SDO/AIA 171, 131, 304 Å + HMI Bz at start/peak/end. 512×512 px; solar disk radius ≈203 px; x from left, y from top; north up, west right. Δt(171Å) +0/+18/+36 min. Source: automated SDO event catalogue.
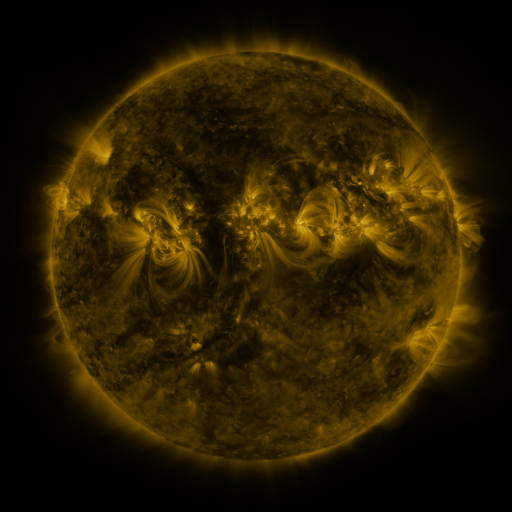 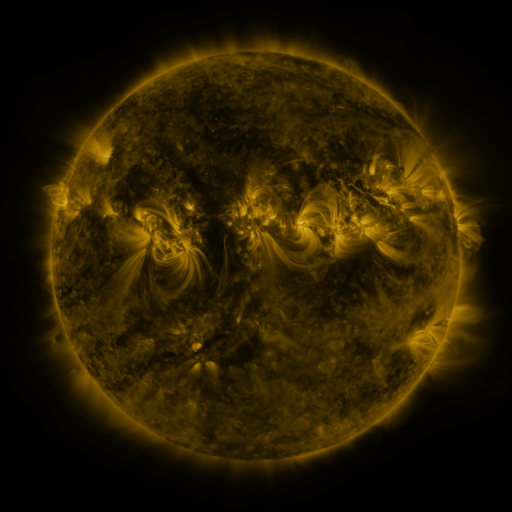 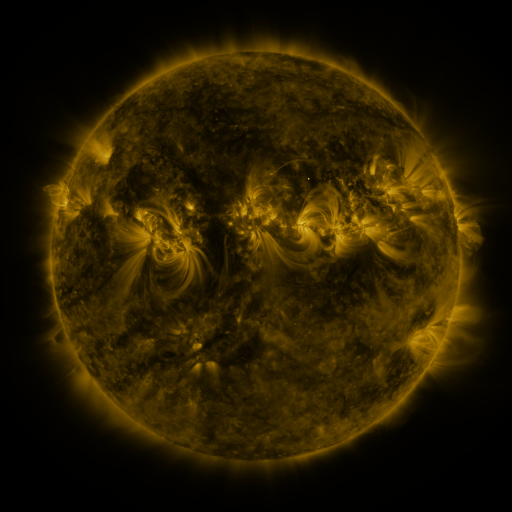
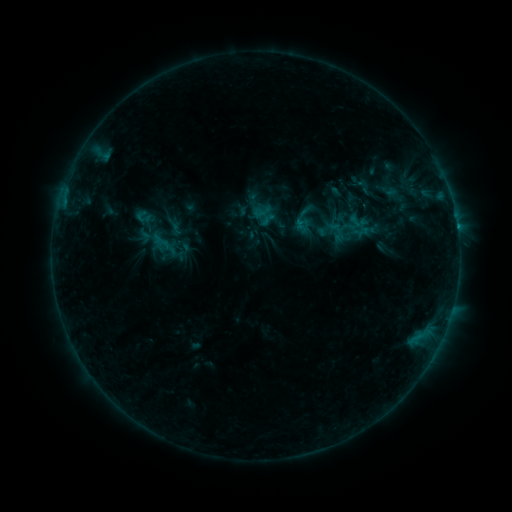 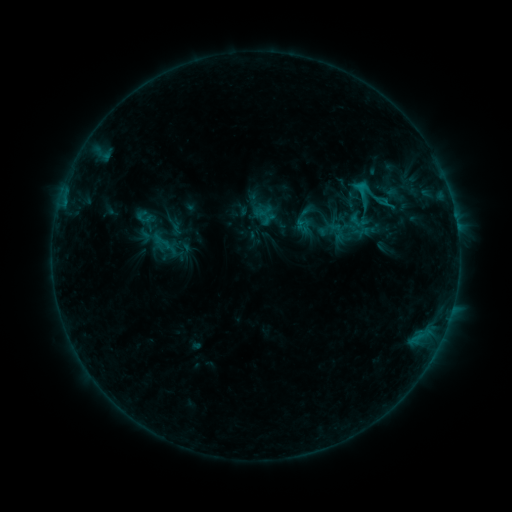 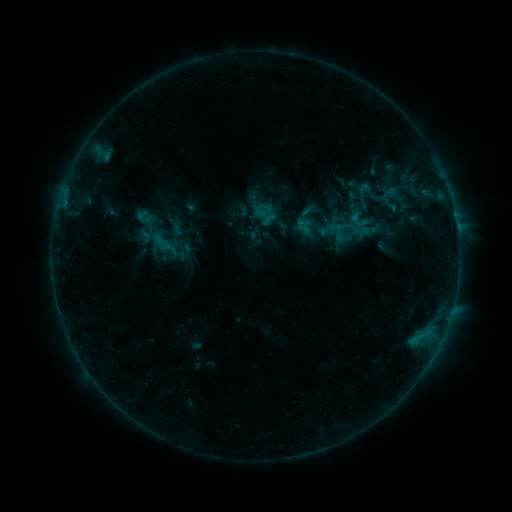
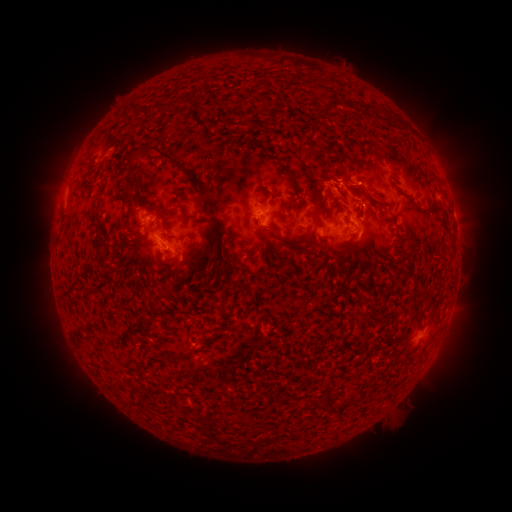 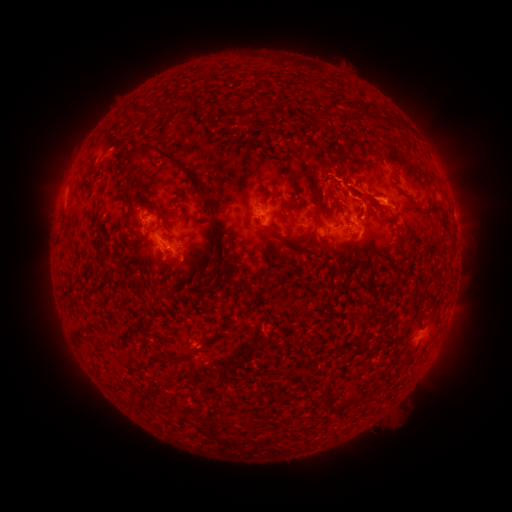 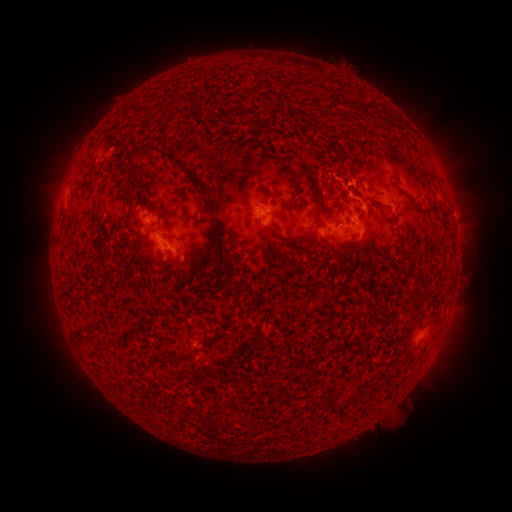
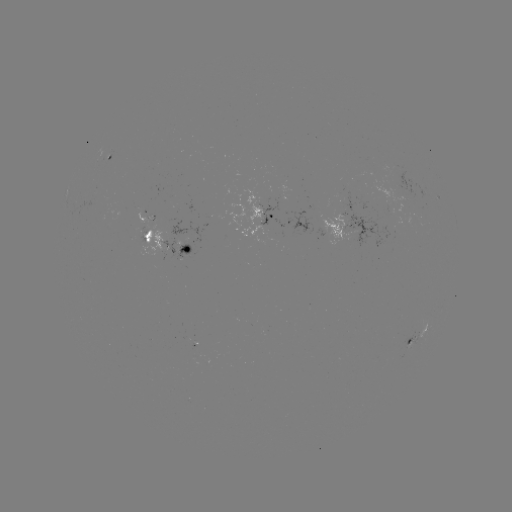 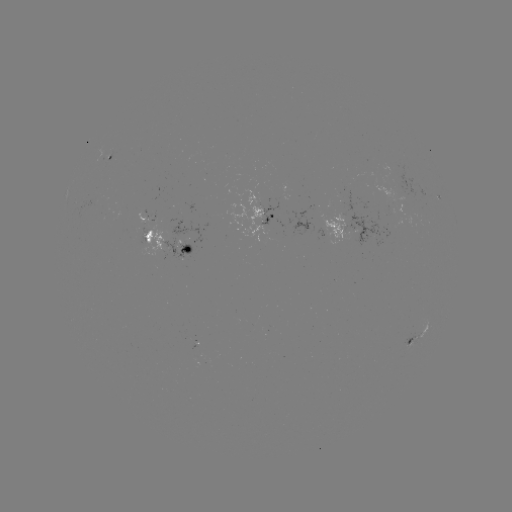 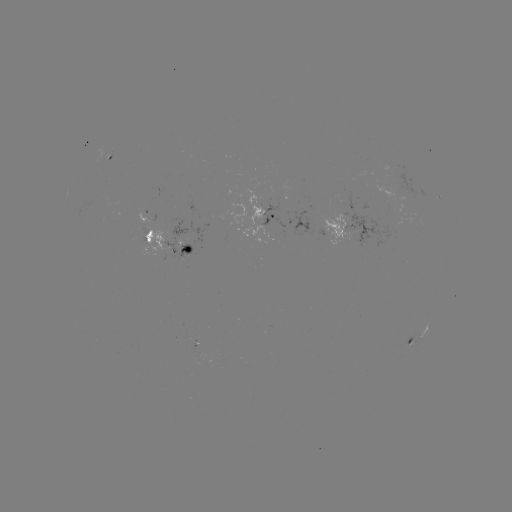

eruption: (340, 133, 403, 218)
